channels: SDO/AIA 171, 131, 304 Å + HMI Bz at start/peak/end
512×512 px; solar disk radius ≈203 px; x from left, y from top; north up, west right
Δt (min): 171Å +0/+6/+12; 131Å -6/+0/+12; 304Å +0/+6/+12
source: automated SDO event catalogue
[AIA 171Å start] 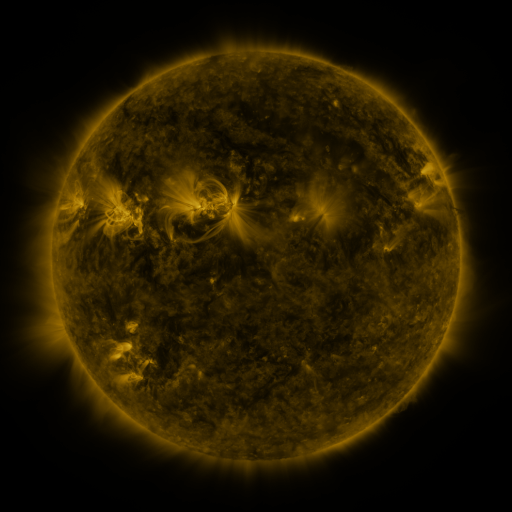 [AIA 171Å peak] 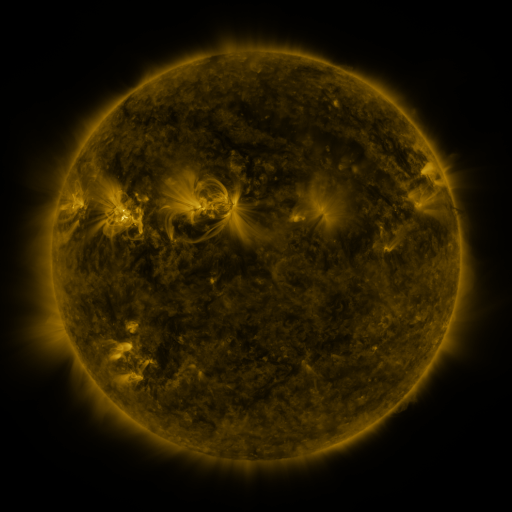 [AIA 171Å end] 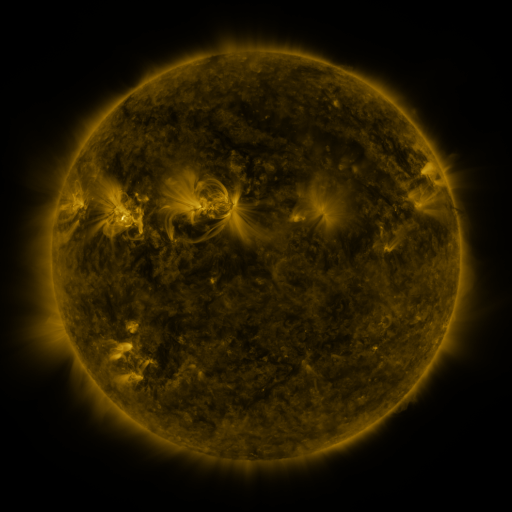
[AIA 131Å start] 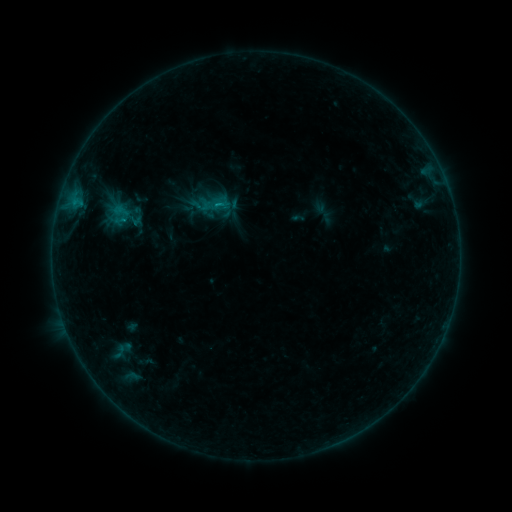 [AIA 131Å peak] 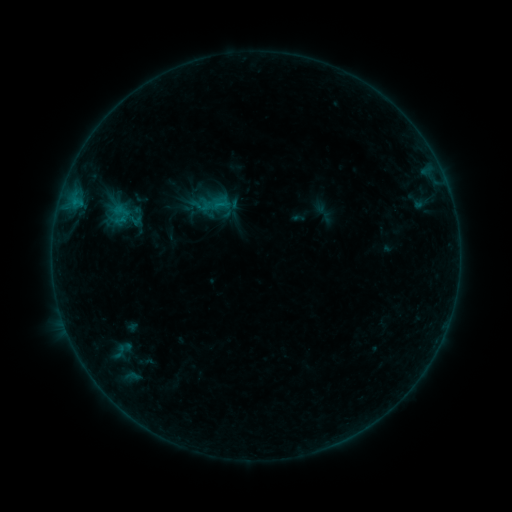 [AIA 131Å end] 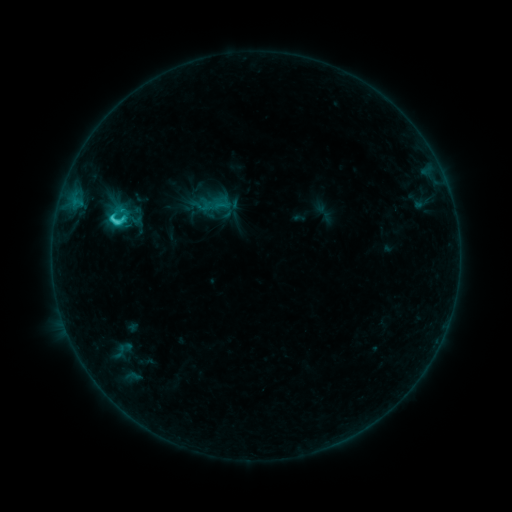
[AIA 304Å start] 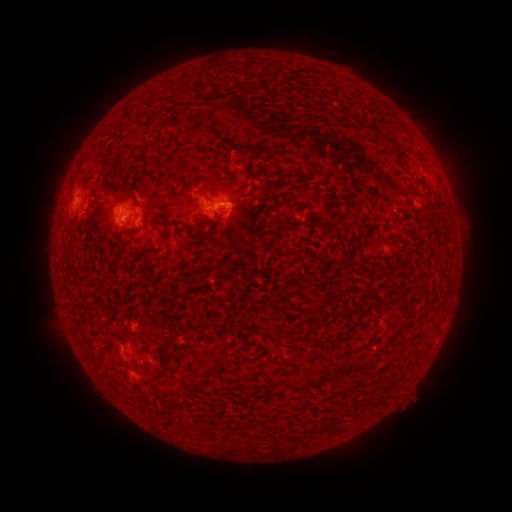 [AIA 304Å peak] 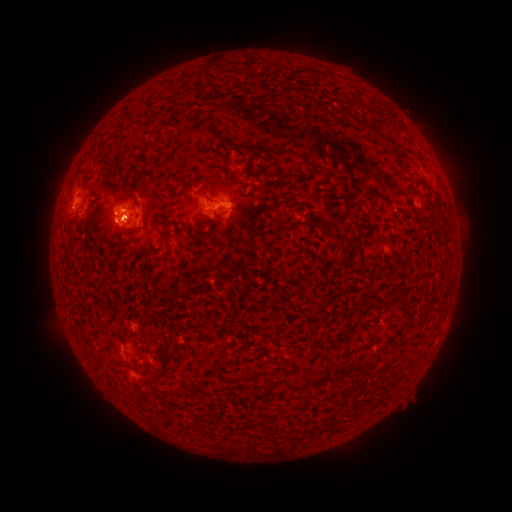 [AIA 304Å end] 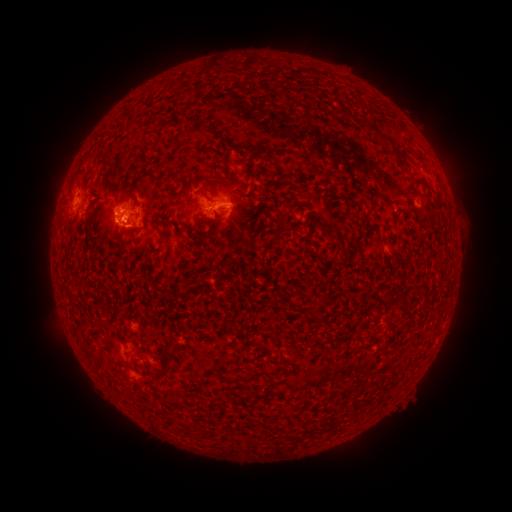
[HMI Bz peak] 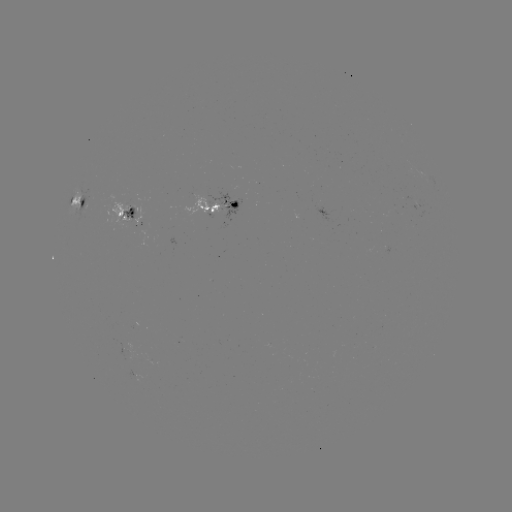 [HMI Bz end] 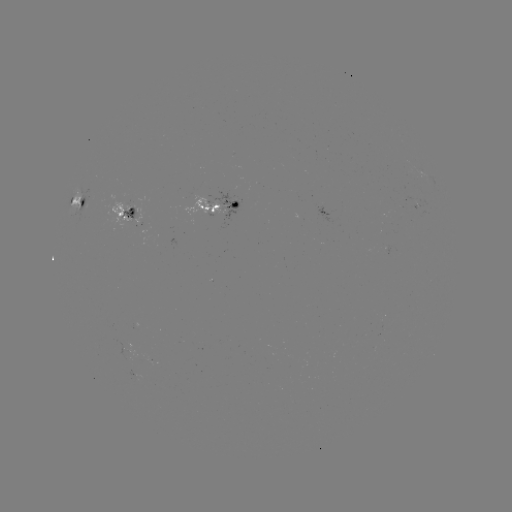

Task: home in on C3.9 flare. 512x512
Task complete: (126, 221).